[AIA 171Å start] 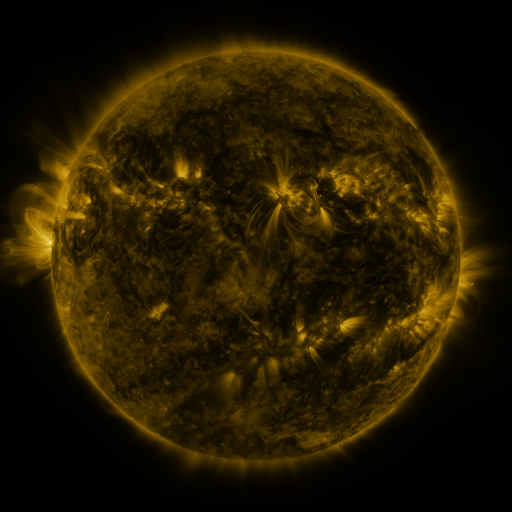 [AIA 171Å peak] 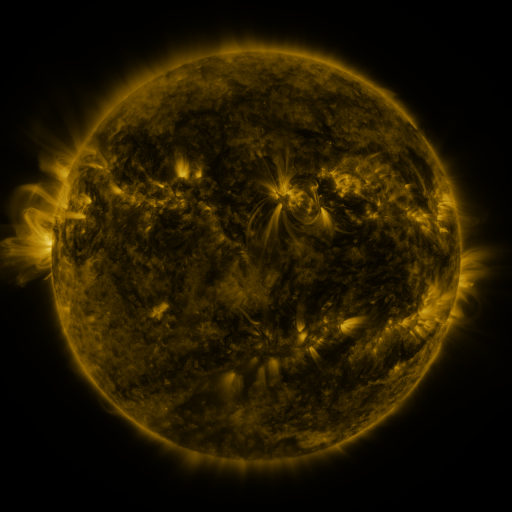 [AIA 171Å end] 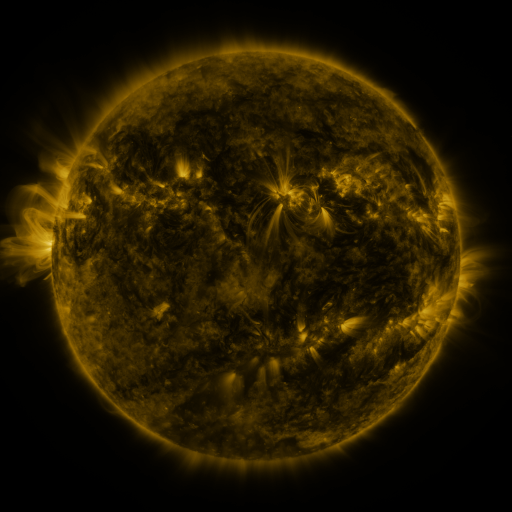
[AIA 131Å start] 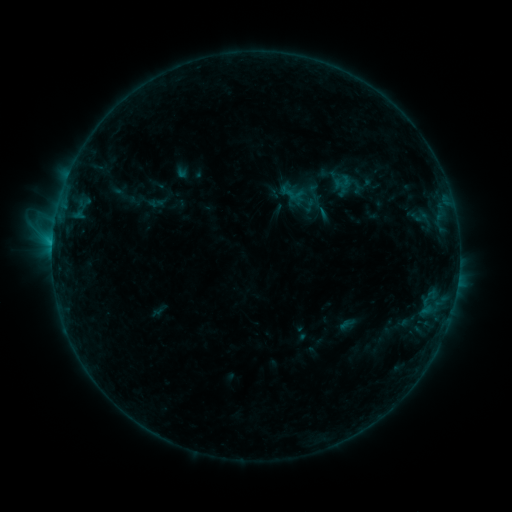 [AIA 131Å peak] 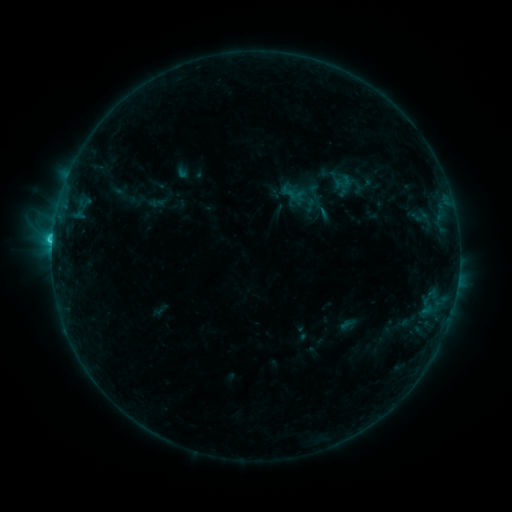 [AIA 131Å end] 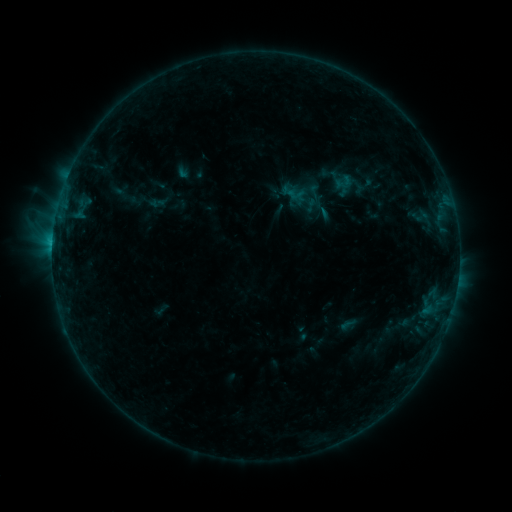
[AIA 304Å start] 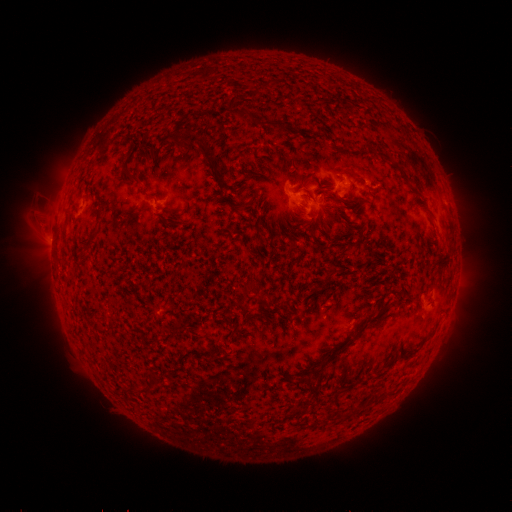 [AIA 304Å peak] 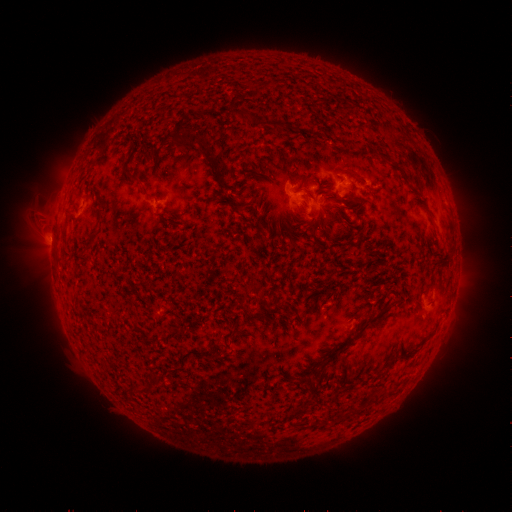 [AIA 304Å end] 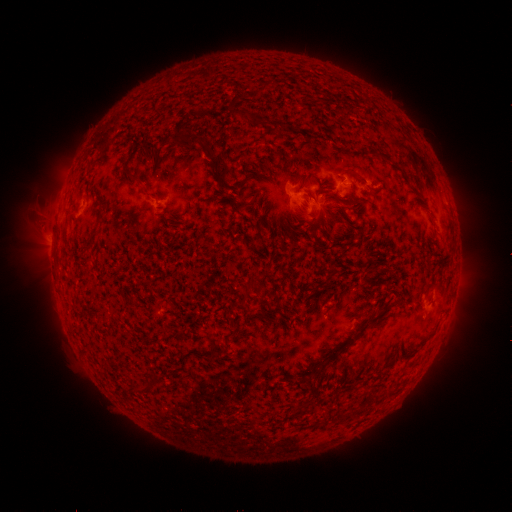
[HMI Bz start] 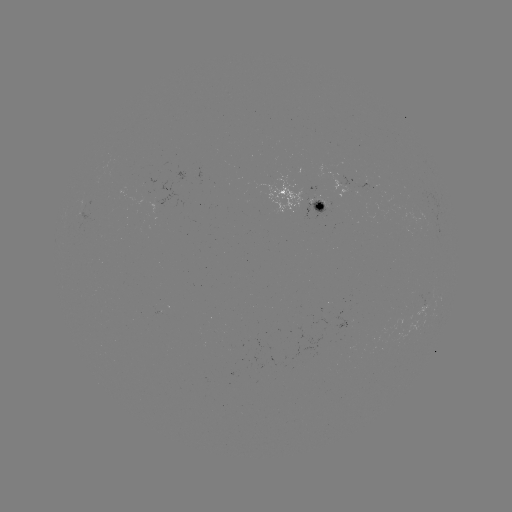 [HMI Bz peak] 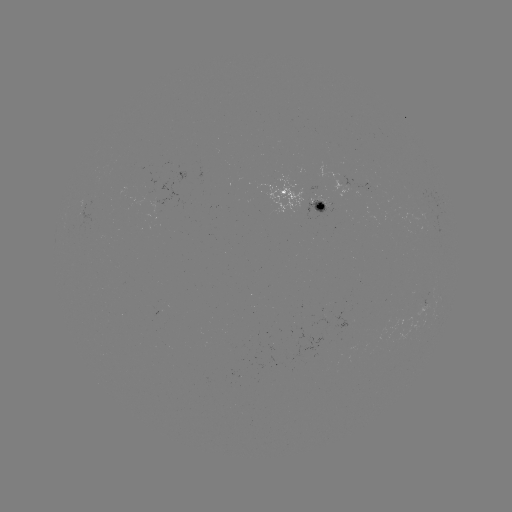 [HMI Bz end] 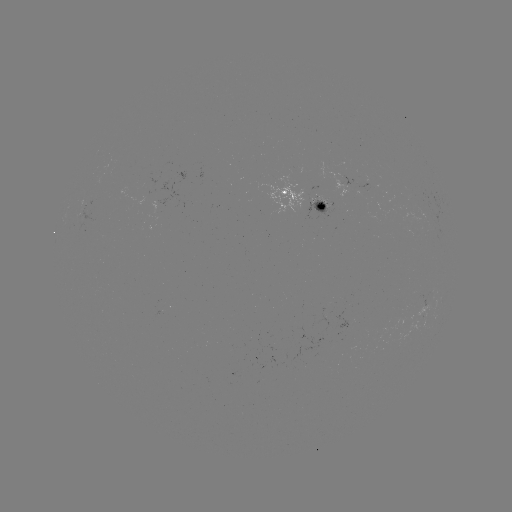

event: flare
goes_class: C1.6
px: (55, 240)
